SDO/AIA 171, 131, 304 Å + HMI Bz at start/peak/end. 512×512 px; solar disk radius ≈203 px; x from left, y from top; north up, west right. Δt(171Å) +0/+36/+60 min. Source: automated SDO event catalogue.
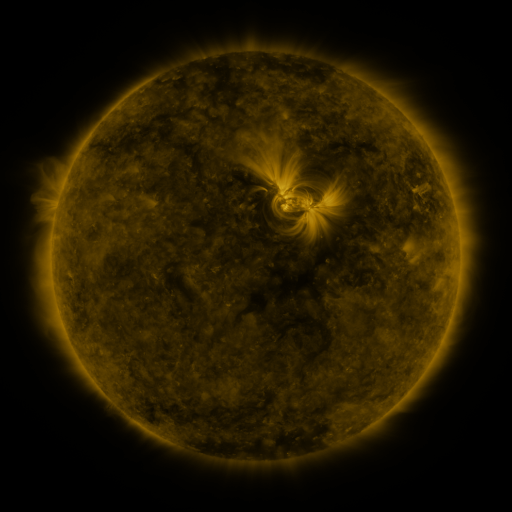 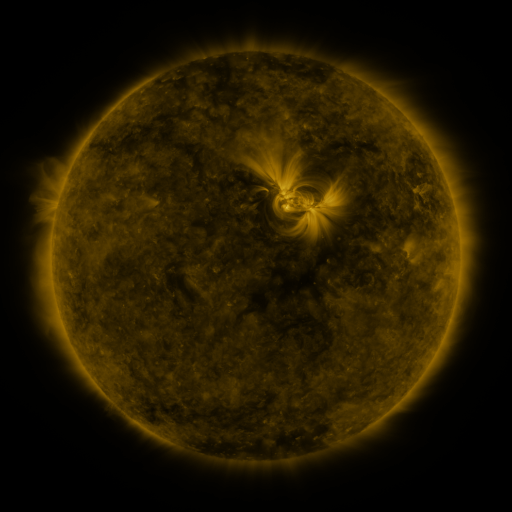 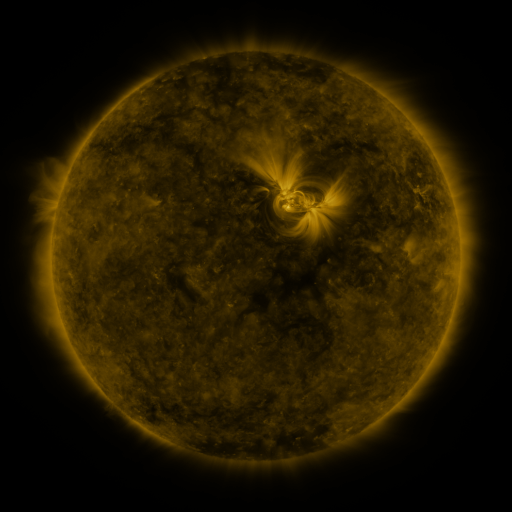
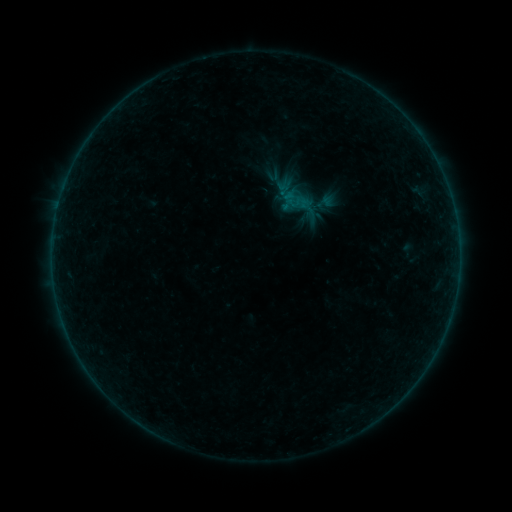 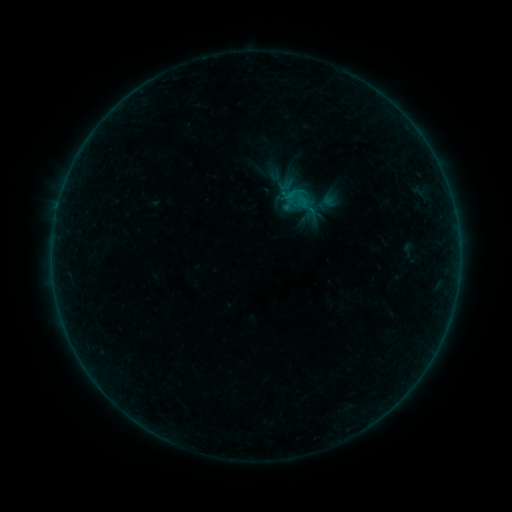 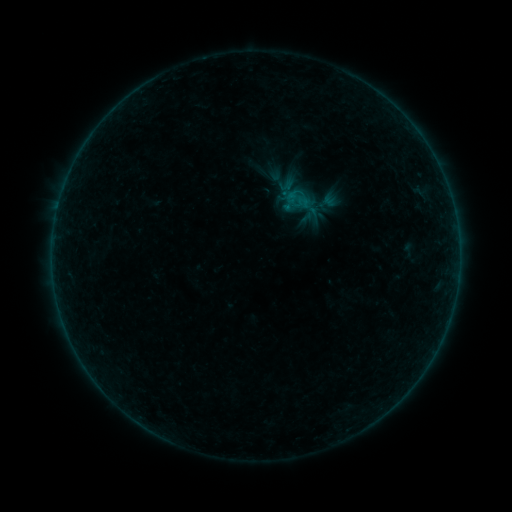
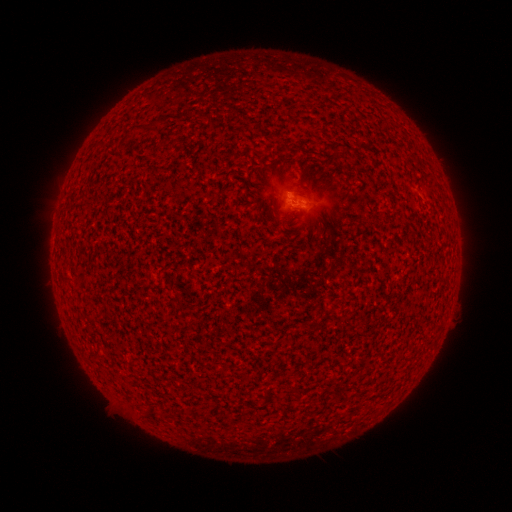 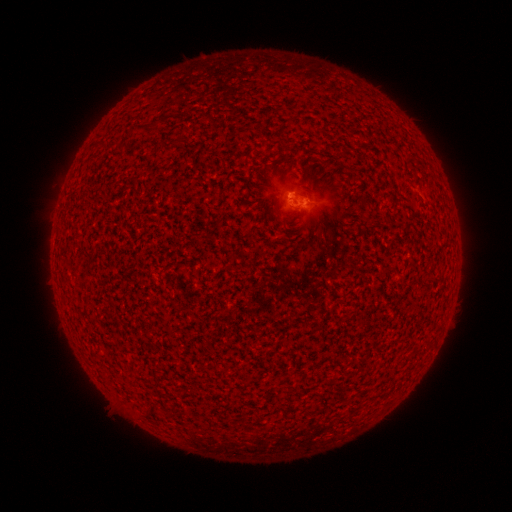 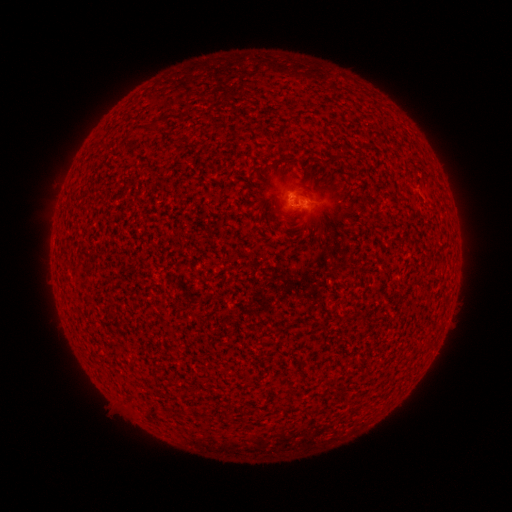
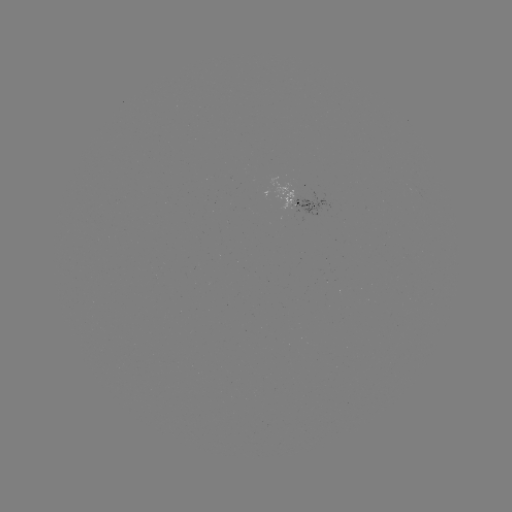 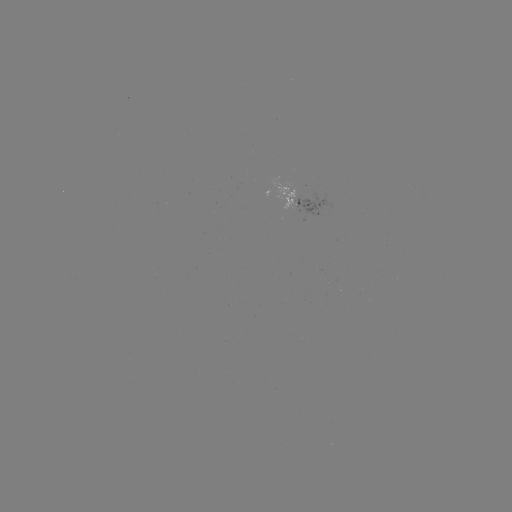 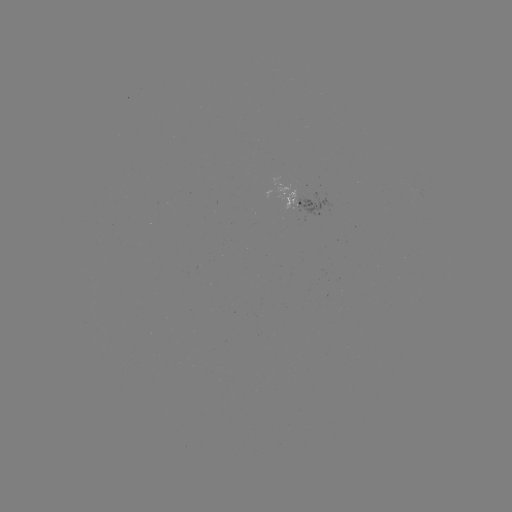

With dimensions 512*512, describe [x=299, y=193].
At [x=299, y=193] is B2.2 flare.